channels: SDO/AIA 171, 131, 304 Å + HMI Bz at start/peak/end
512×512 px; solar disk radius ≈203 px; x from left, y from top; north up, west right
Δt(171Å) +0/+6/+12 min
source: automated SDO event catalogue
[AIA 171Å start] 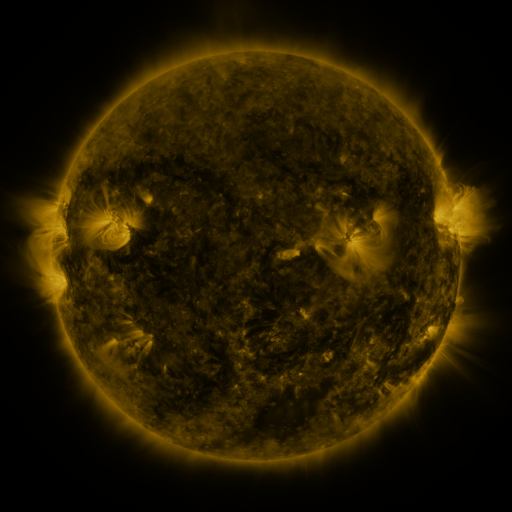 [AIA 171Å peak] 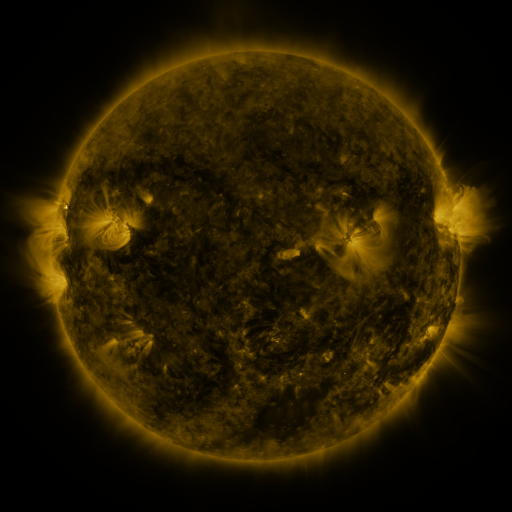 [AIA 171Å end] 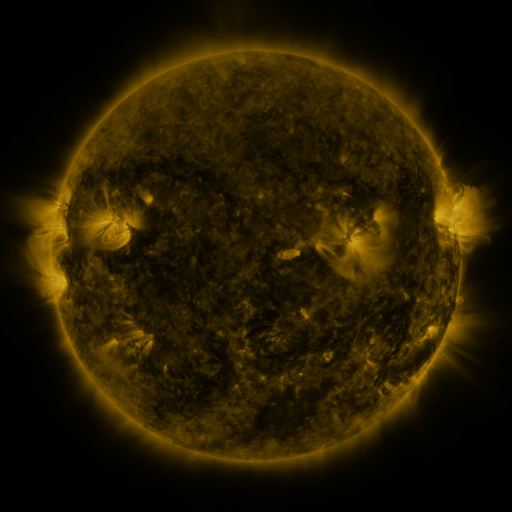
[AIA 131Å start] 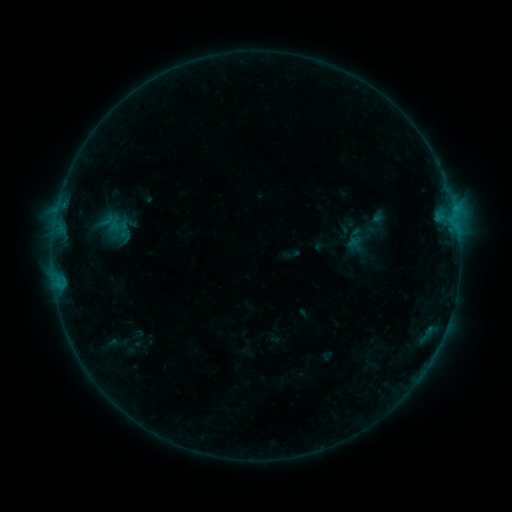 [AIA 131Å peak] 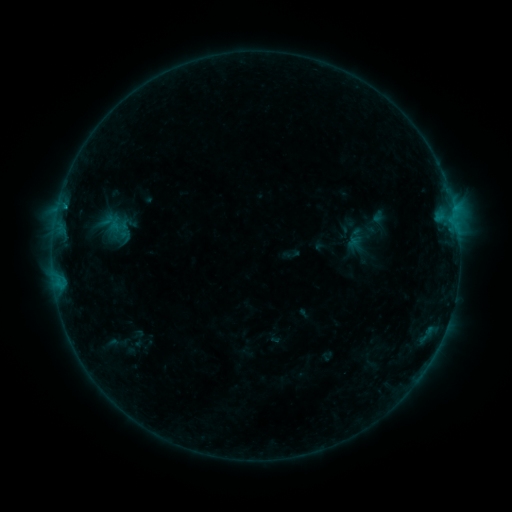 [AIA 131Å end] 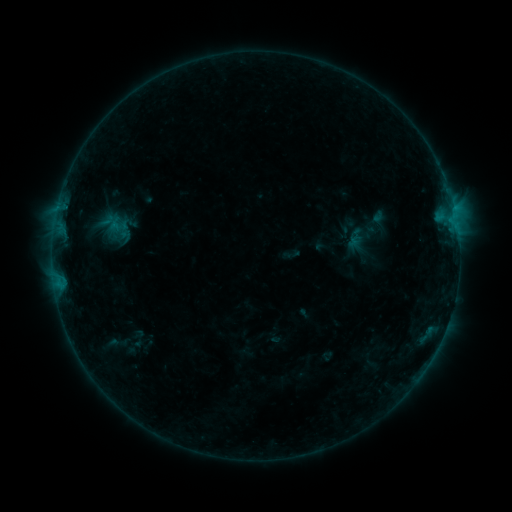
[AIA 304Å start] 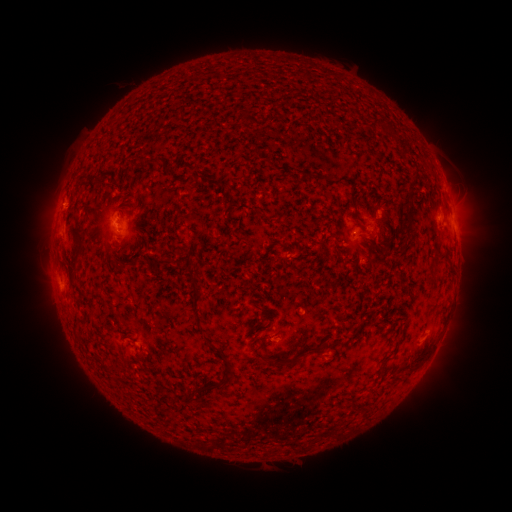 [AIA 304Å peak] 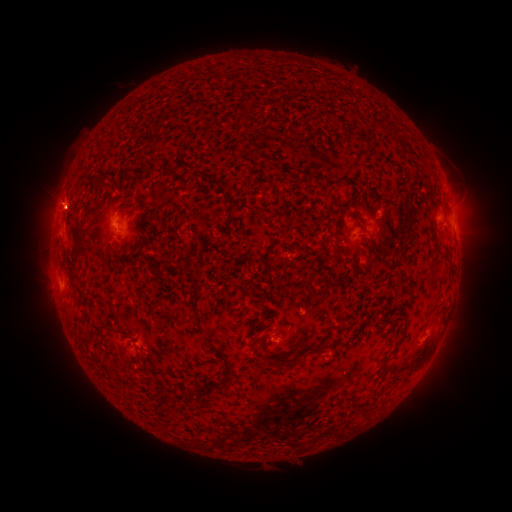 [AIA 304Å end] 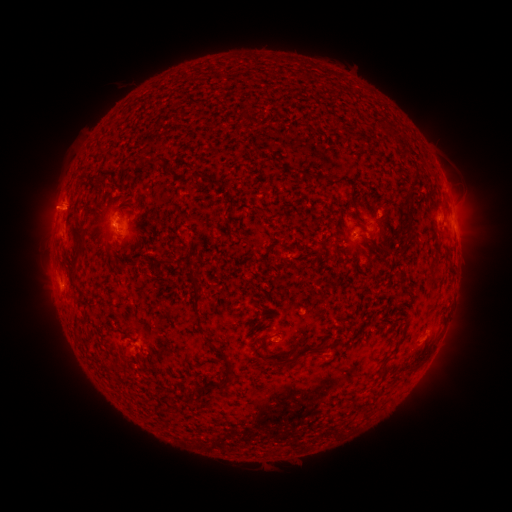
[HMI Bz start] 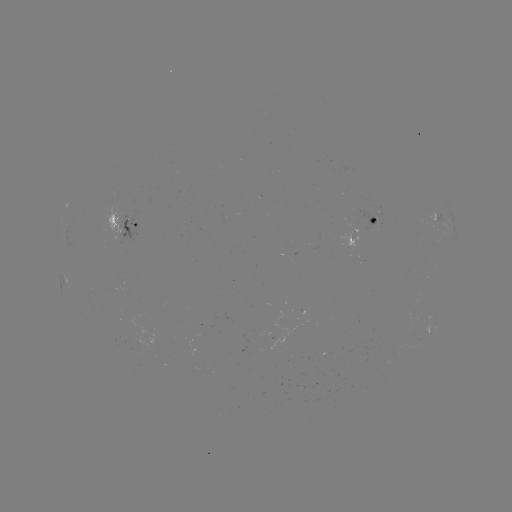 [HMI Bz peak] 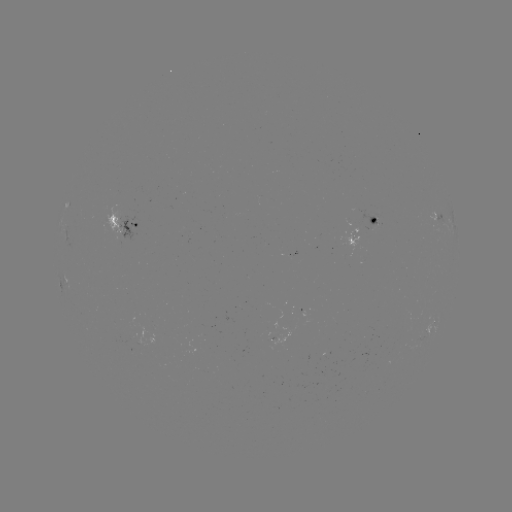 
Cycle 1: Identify B4.0 flare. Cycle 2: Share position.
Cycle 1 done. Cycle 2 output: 65,209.